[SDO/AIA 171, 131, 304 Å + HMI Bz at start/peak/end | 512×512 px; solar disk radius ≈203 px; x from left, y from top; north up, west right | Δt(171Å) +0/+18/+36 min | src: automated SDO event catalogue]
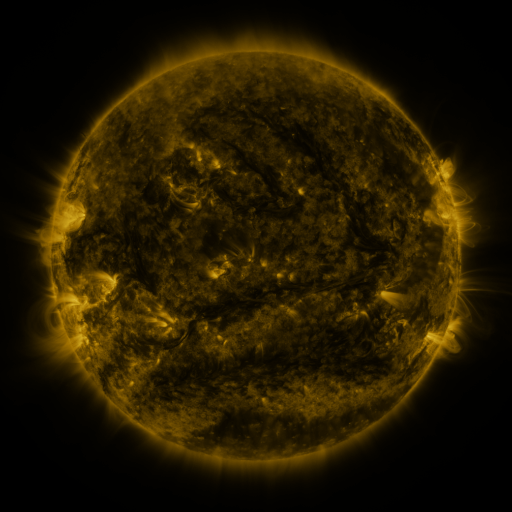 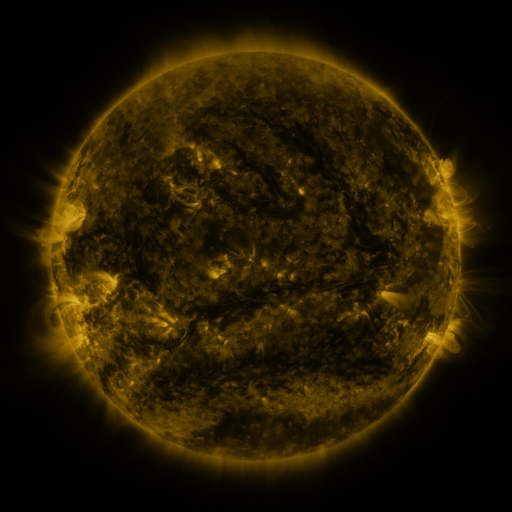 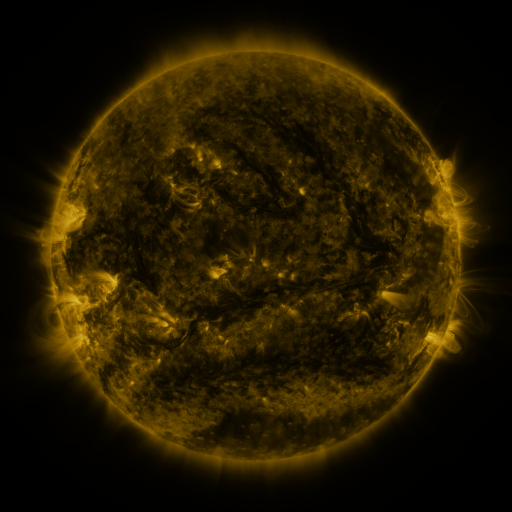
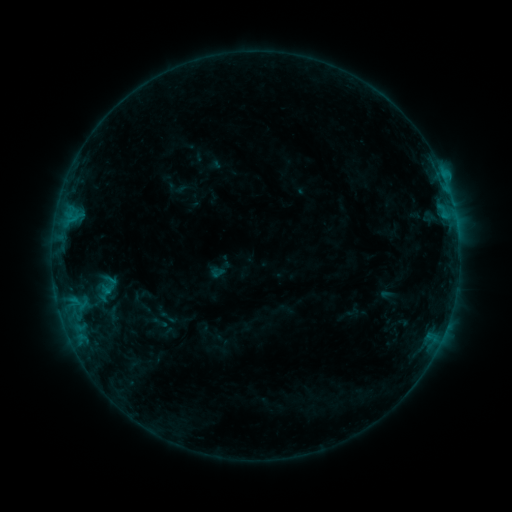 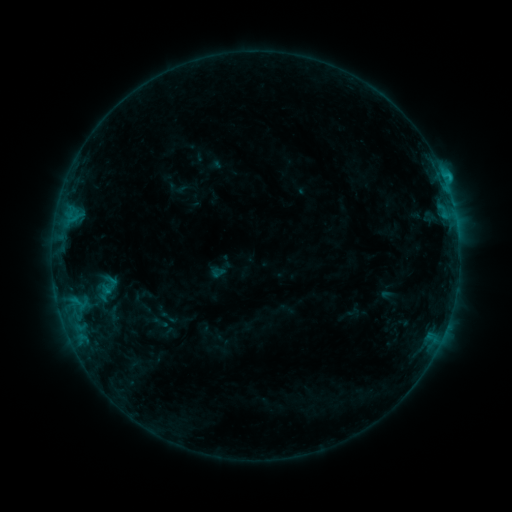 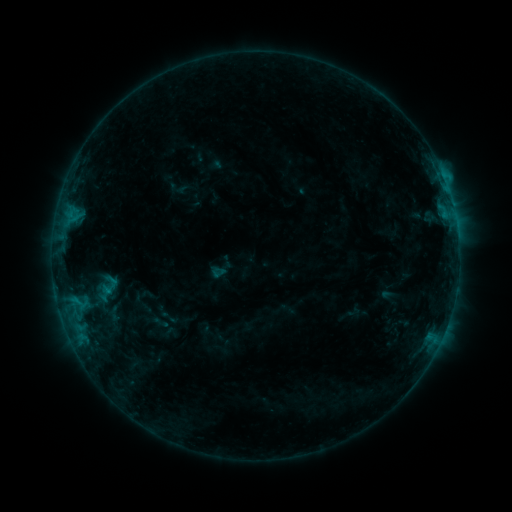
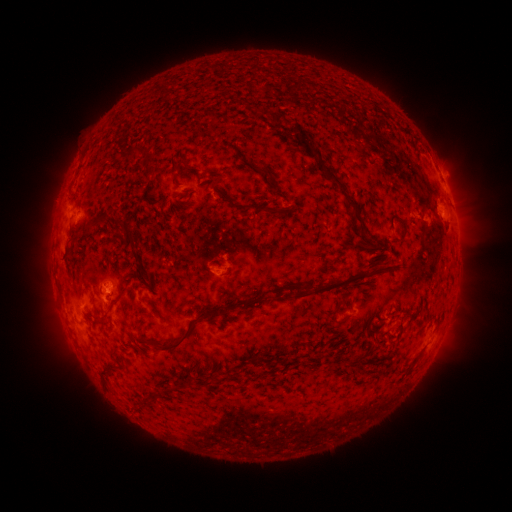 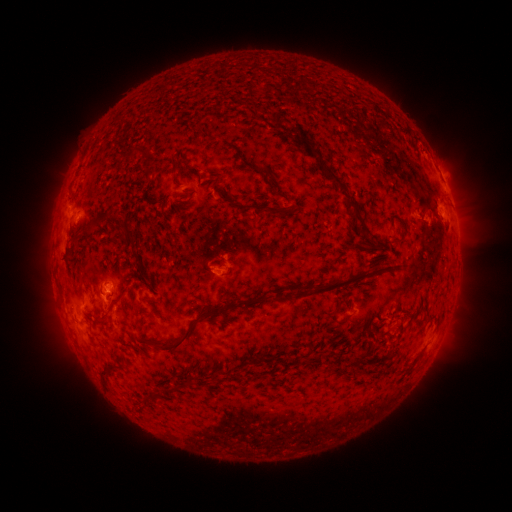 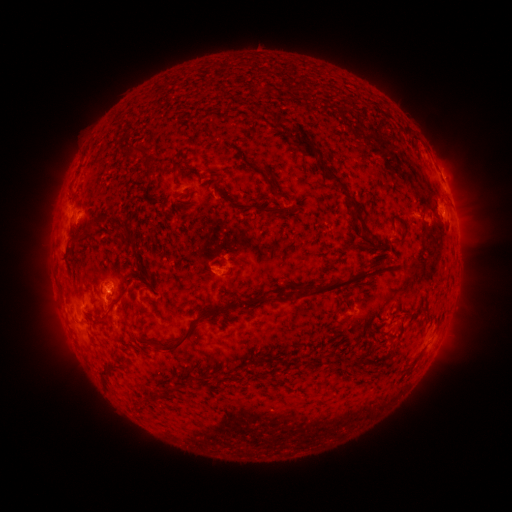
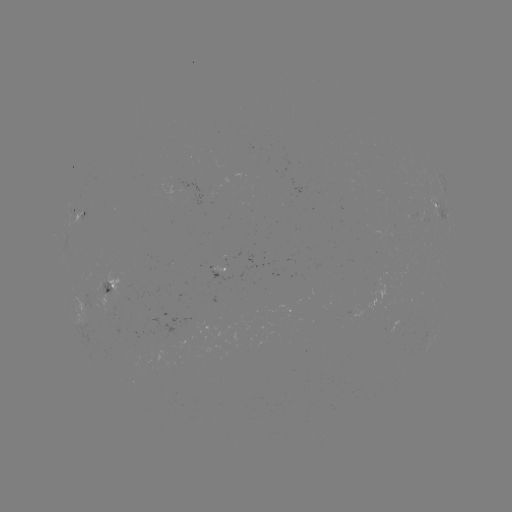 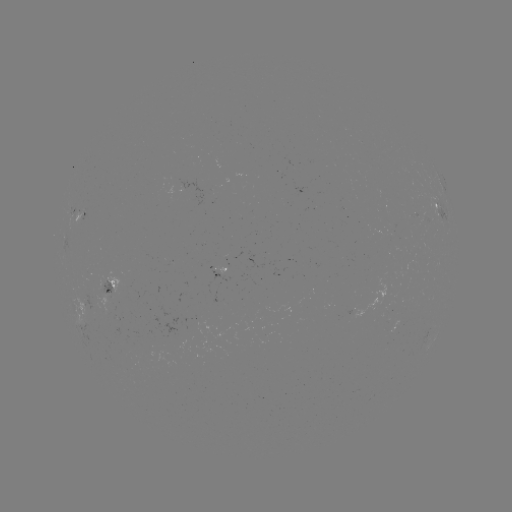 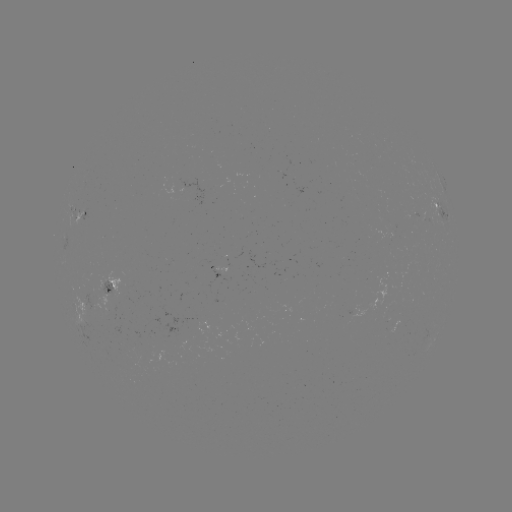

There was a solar flare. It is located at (430, 334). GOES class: B8.6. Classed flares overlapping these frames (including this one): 1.